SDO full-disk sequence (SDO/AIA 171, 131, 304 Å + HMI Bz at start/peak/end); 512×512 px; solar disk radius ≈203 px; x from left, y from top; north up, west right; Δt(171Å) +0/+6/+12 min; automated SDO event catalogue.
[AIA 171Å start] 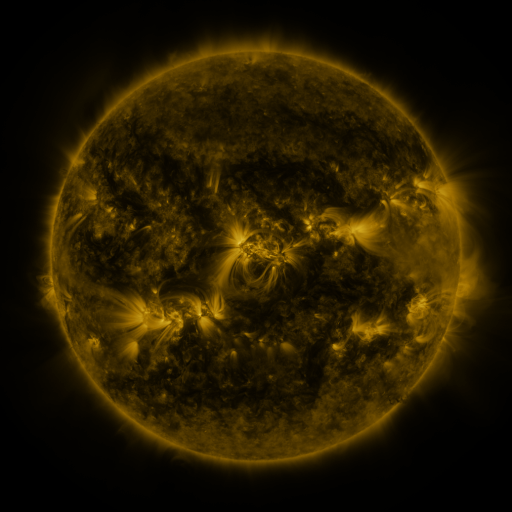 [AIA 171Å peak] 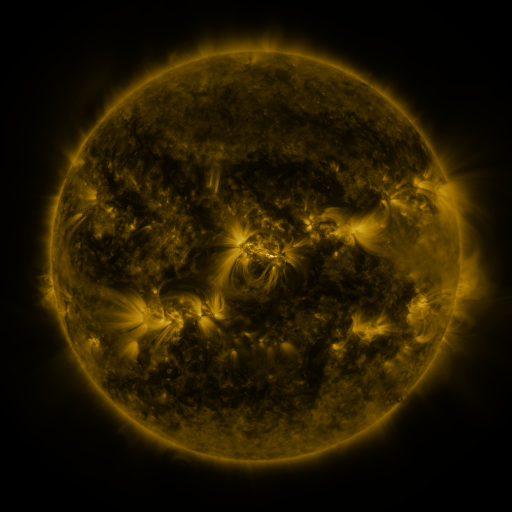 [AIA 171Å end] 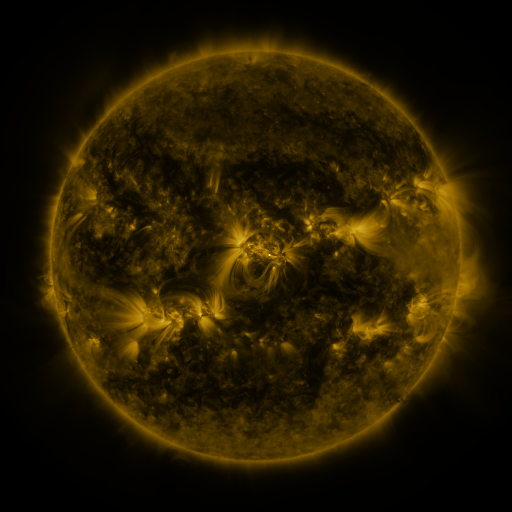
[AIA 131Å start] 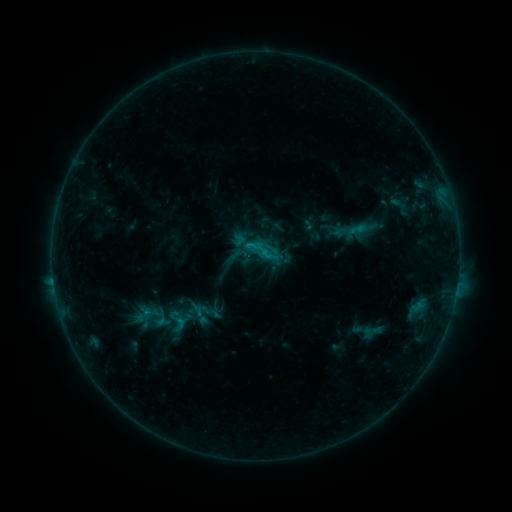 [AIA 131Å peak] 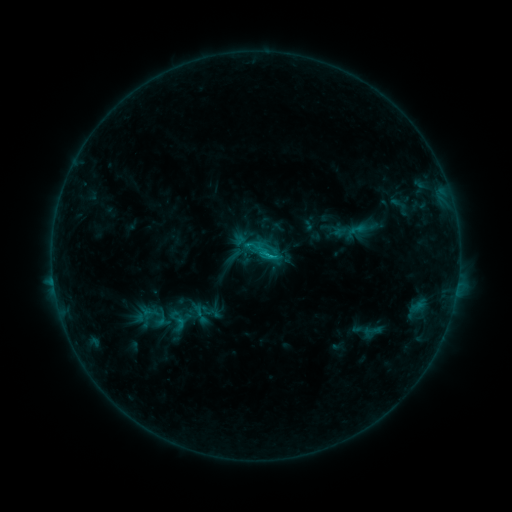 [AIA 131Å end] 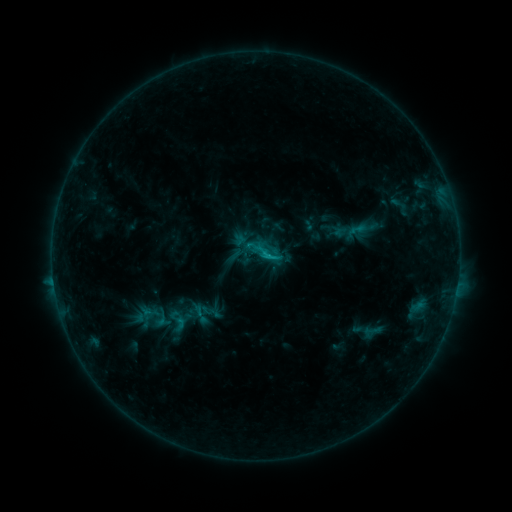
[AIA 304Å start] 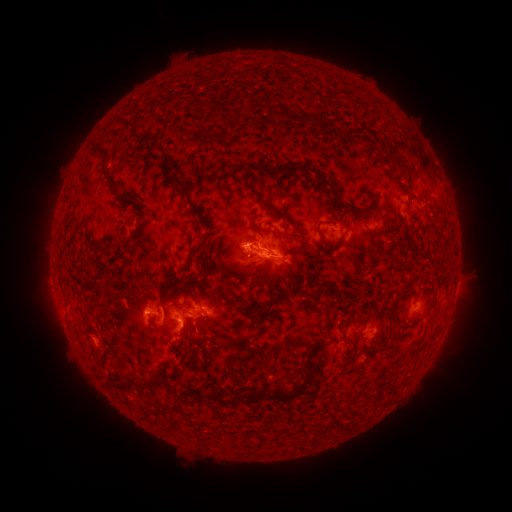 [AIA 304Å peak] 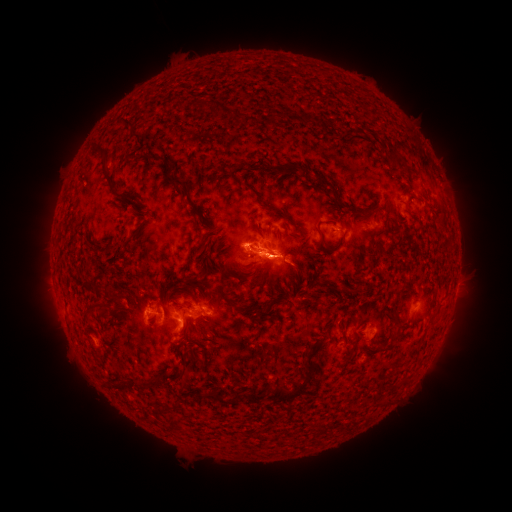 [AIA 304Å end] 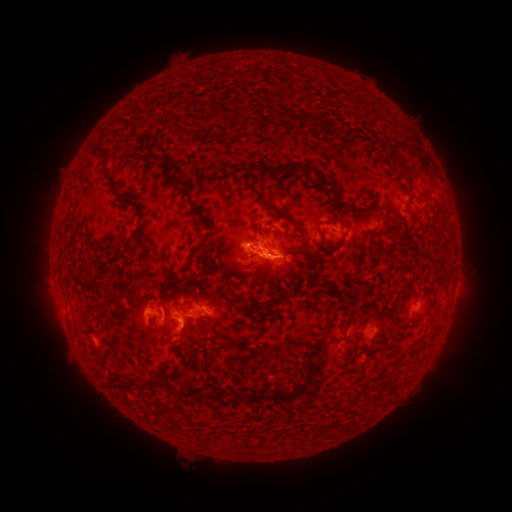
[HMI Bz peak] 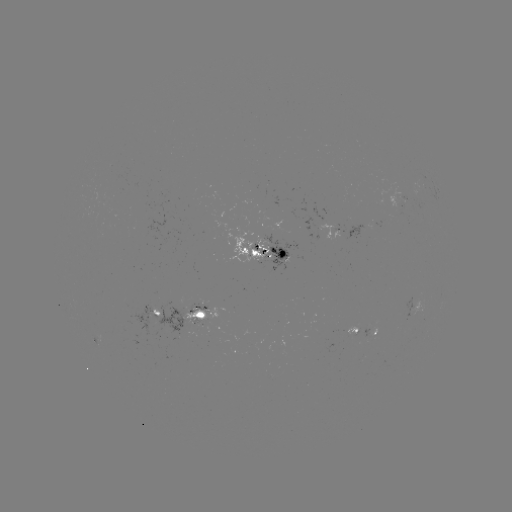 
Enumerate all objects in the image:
eruption: (276, 269)
